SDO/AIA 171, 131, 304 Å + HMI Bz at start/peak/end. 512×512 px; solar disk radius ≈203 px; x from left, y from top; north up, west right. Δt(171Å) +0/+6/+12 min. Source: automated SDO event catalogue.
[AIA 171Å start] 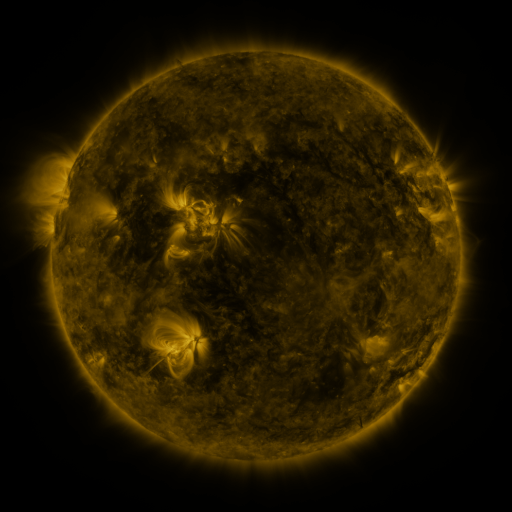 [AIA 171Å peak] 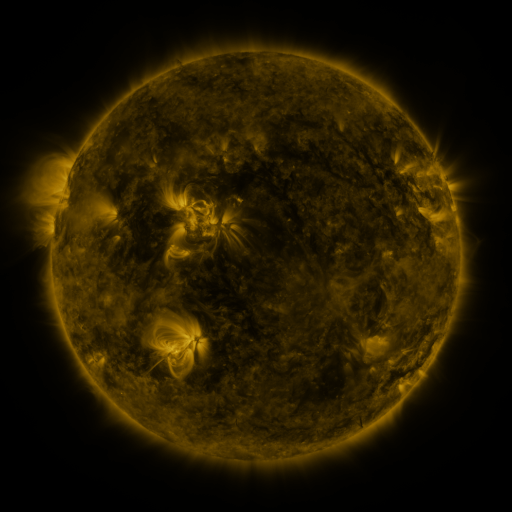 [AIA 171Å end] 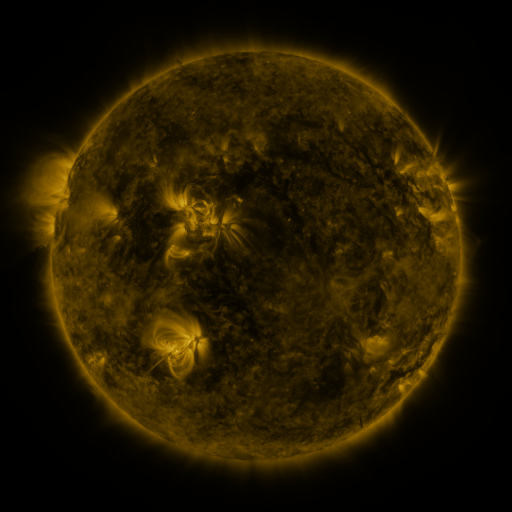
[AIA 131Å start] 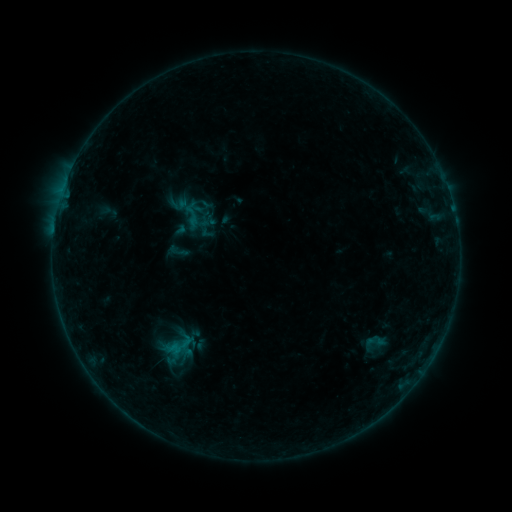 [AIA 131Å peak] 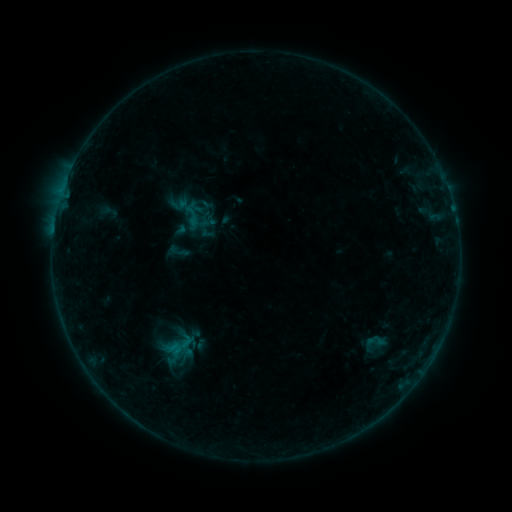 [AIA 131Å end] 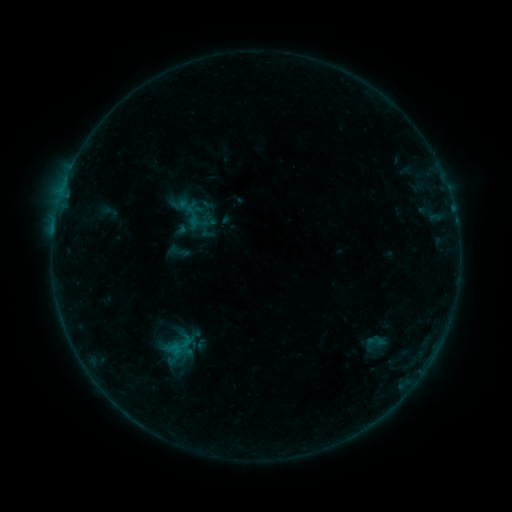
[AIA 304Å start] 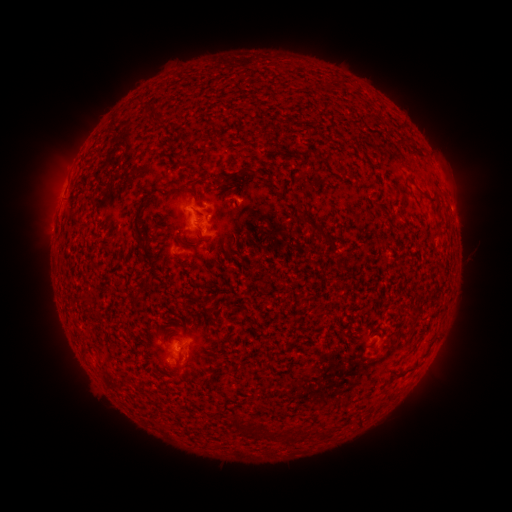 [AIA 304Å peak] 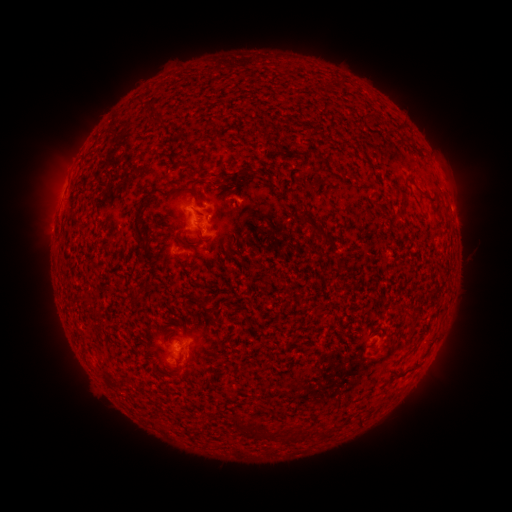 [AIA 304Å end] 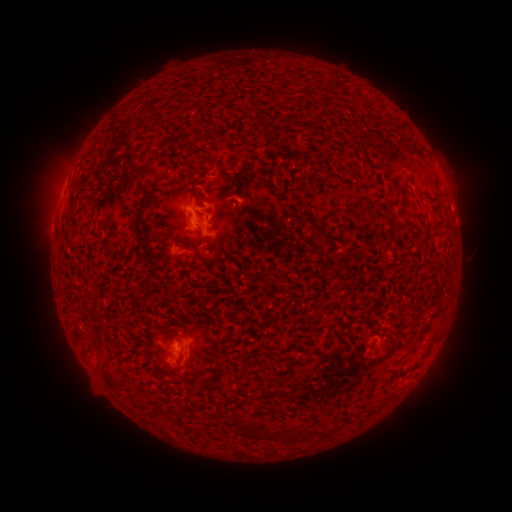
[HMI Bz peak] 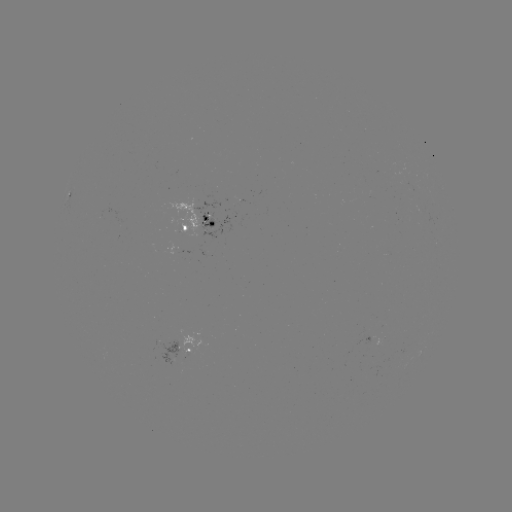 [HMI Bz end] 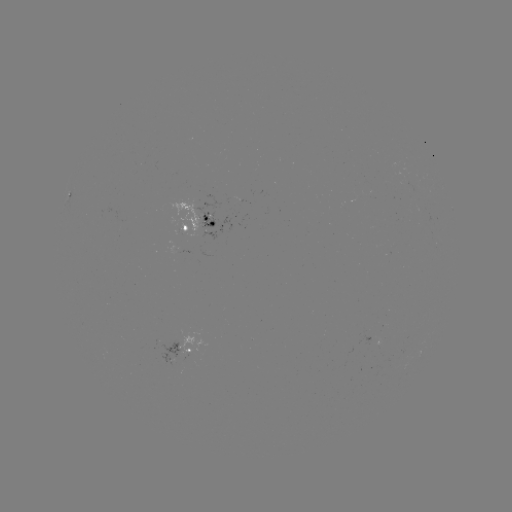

nothing was catalogued: no classed flare, no EUV trigger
